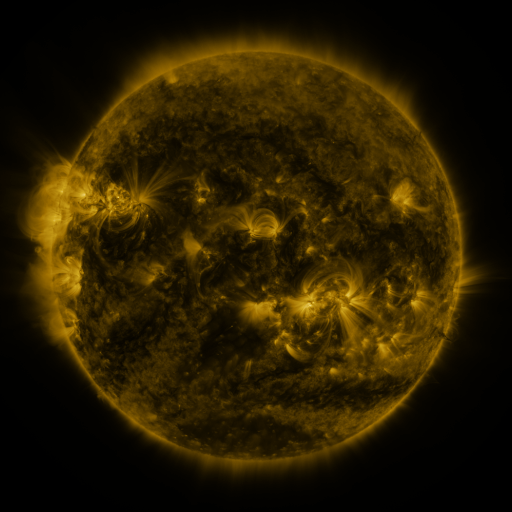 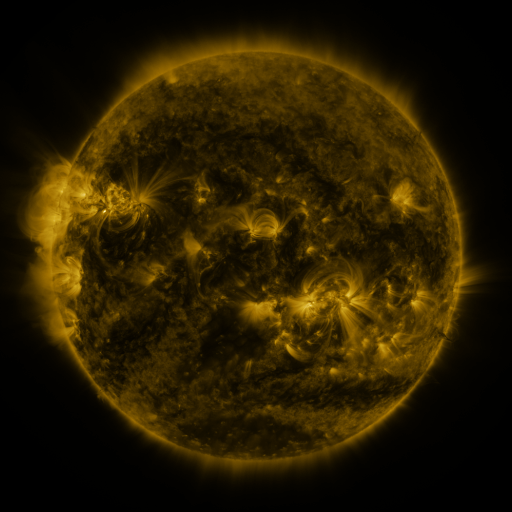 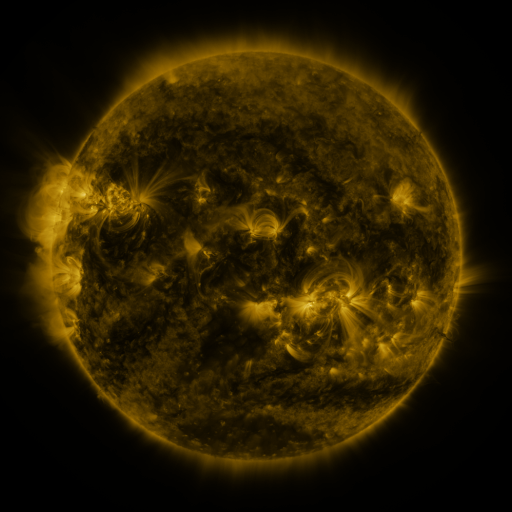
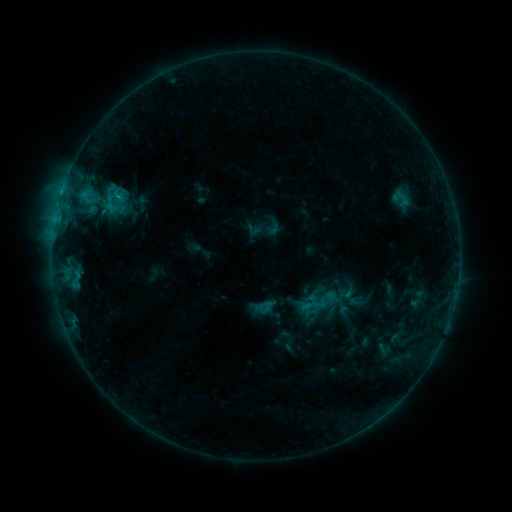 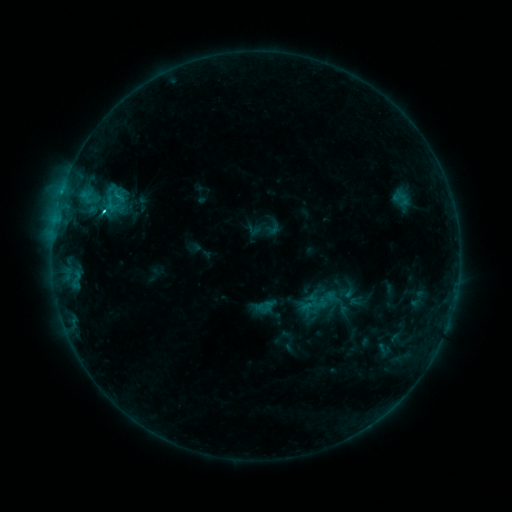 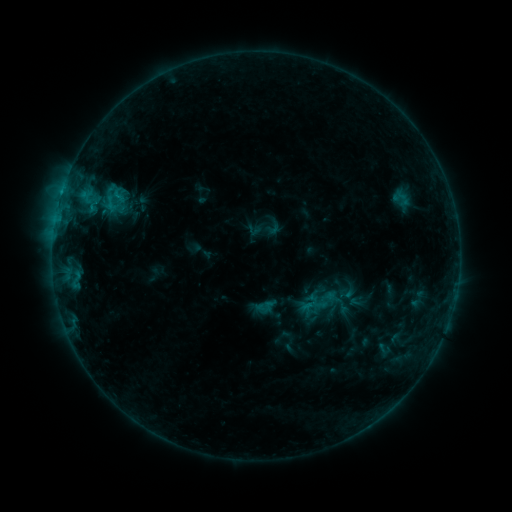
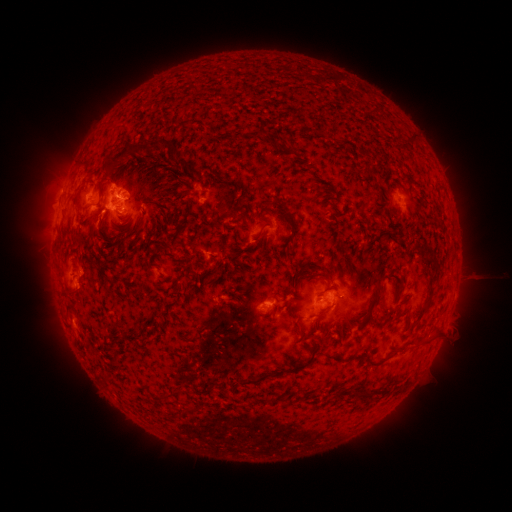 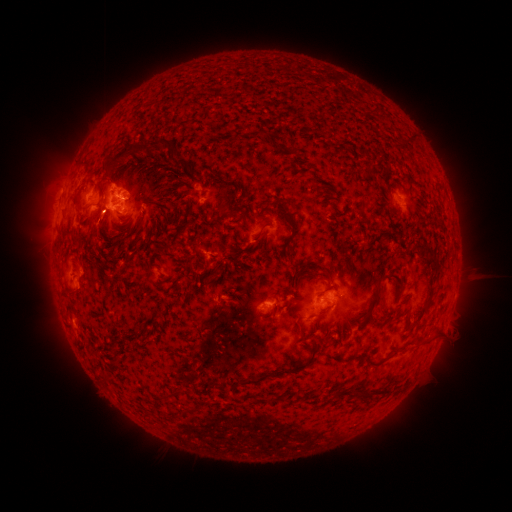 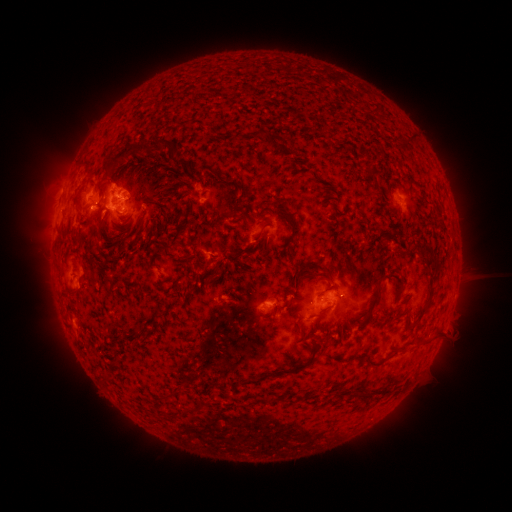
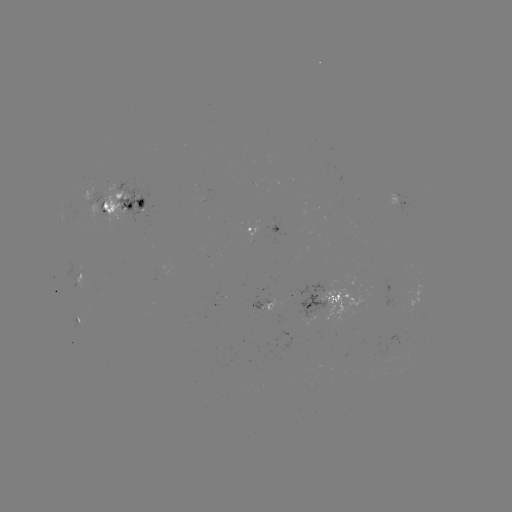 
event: flare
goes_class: C4.1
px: (104, 212)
